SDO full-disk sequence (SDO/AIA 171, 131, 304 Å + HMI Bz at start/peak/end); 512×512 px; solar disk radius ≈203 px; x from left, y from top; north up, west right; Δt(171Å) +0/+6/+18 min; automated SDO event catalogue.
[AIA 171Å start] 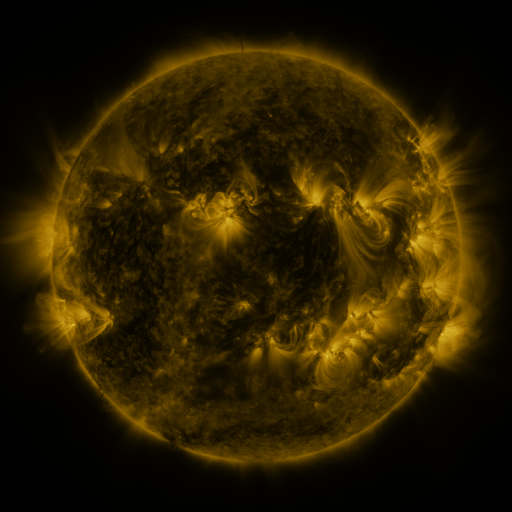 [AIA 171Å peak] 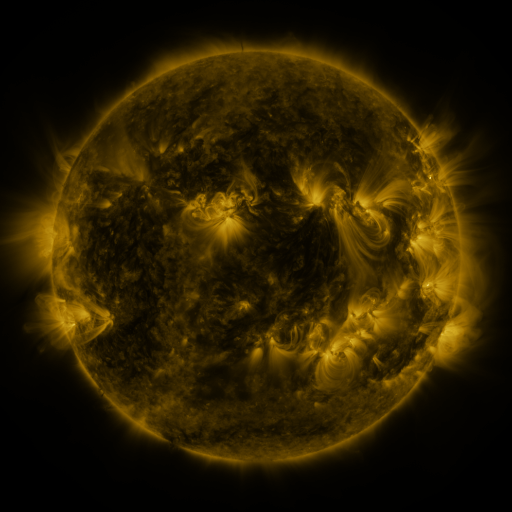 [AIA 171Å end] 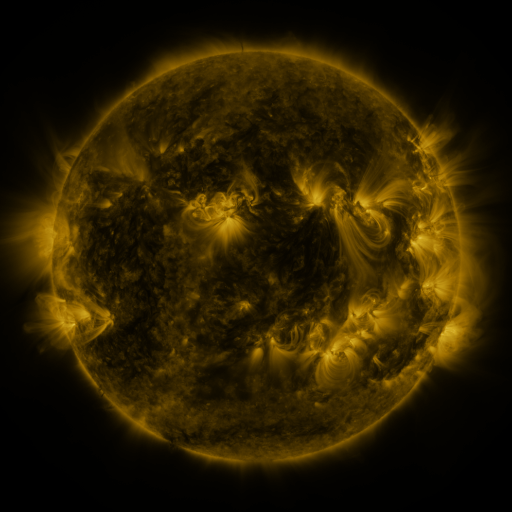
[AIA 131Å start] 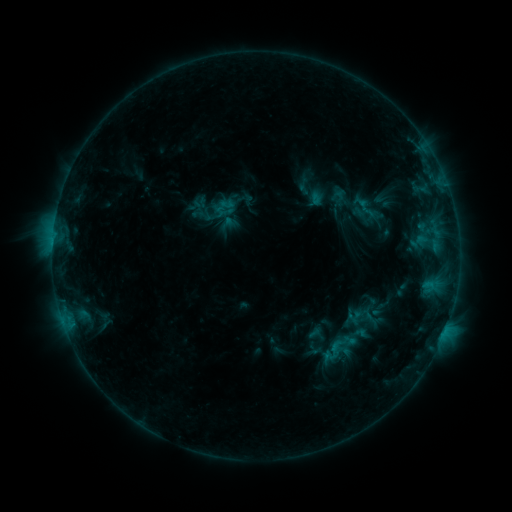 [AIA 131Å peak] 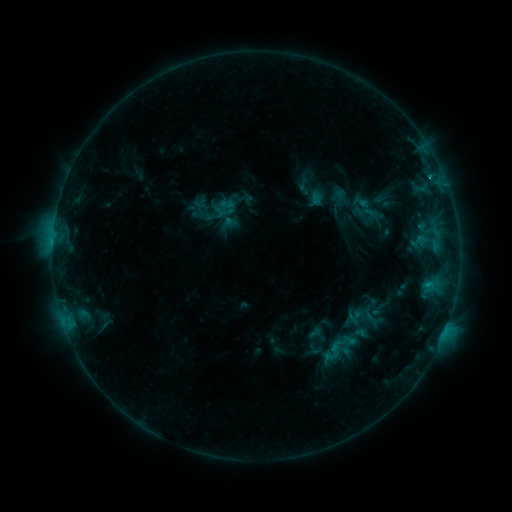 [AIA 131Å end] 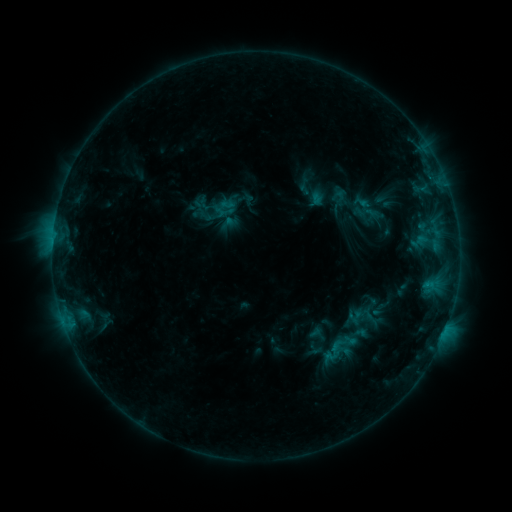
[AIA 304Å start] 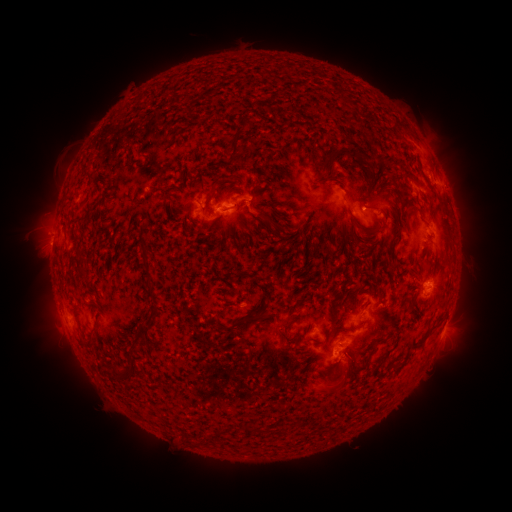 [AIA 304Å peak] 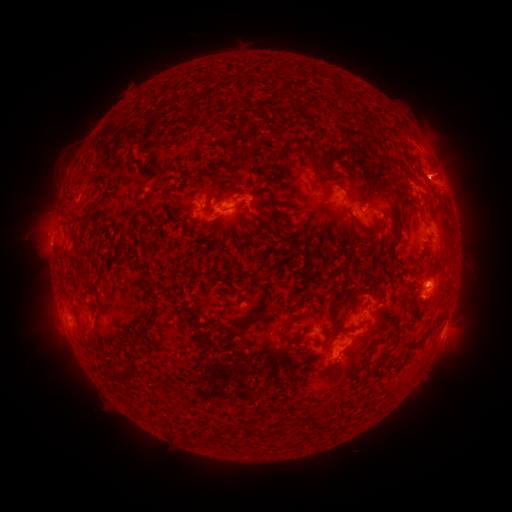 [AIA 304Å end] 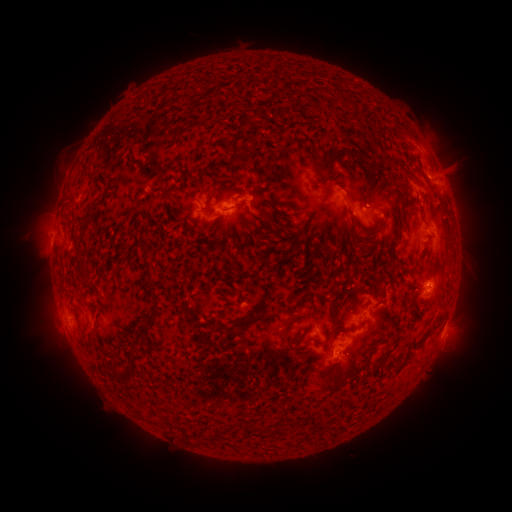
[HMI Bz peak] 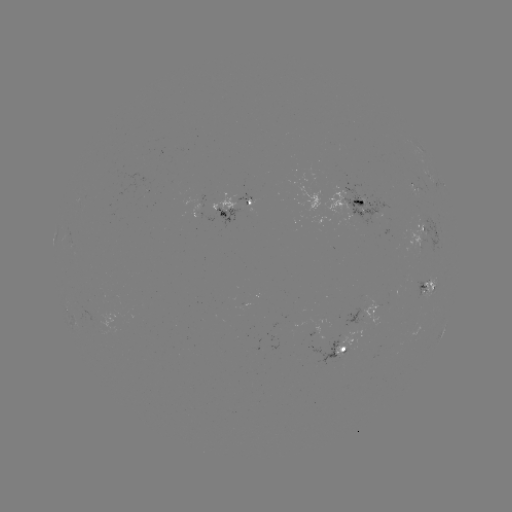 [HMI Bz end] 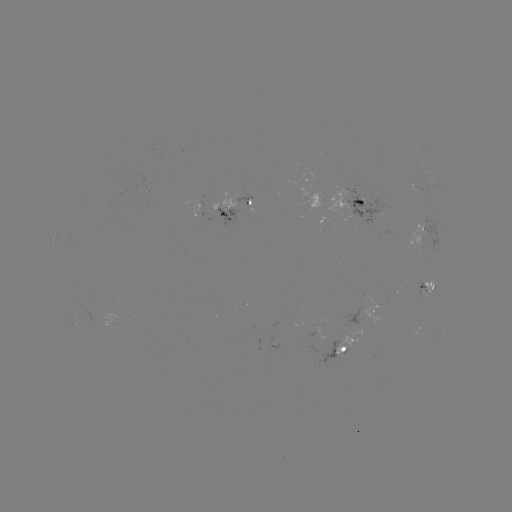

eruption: <bbox>403, 140, 486, 200</bbox>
